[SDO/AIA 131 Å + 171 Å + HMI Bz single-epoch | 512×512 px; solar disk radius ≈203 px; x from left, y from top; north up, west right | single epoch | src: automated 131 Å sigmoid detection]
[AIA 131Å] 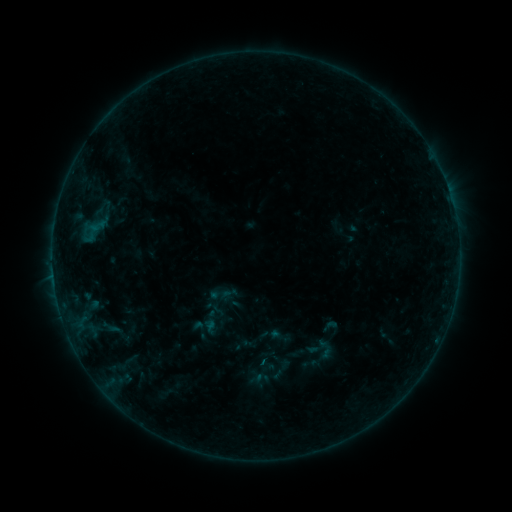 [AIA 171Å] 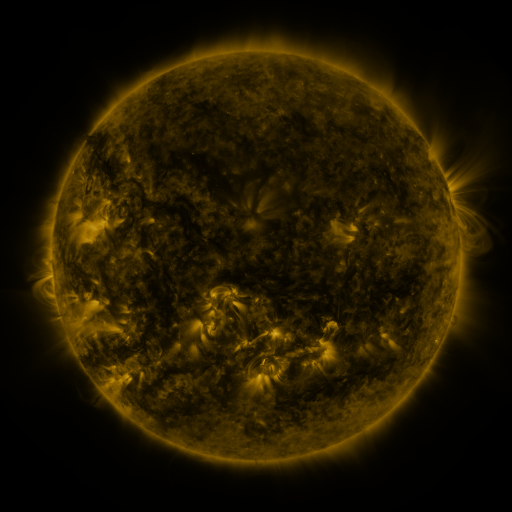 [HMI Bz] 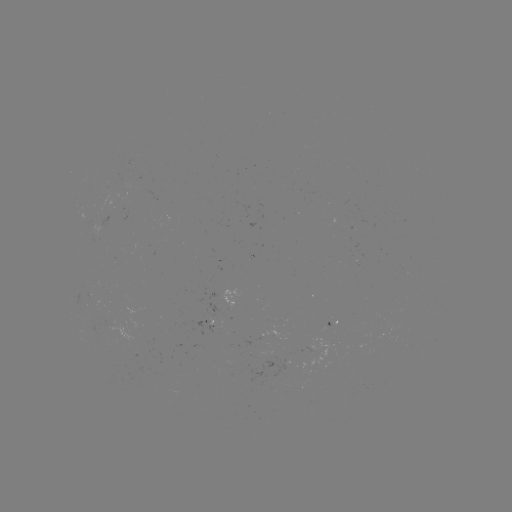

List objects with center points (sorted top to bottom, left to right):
sigmoid: (330, 326)
sigmoid: (326, 349)
